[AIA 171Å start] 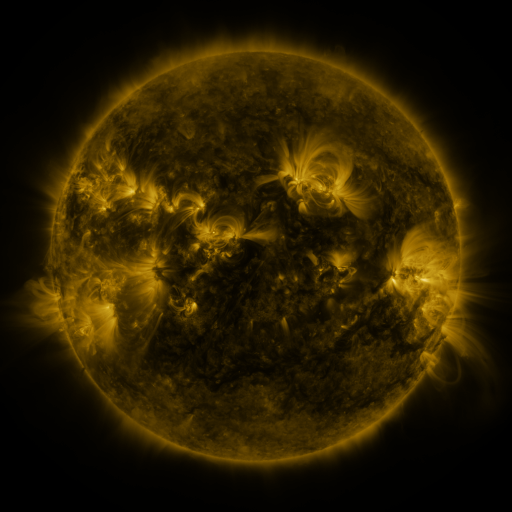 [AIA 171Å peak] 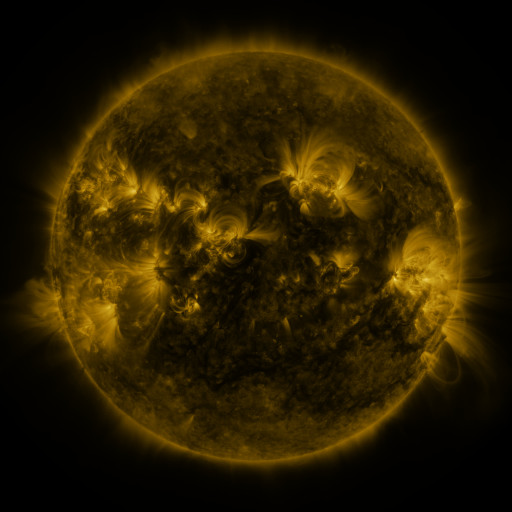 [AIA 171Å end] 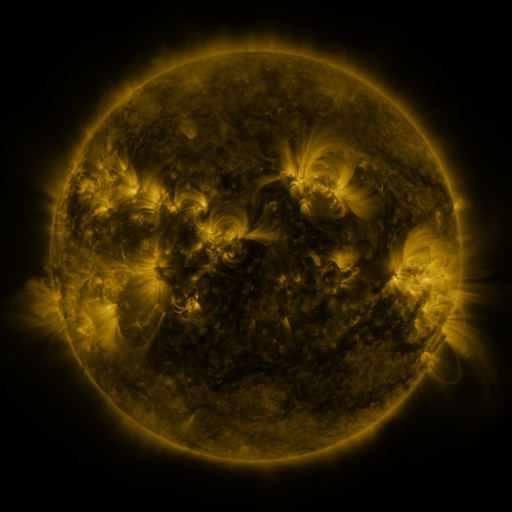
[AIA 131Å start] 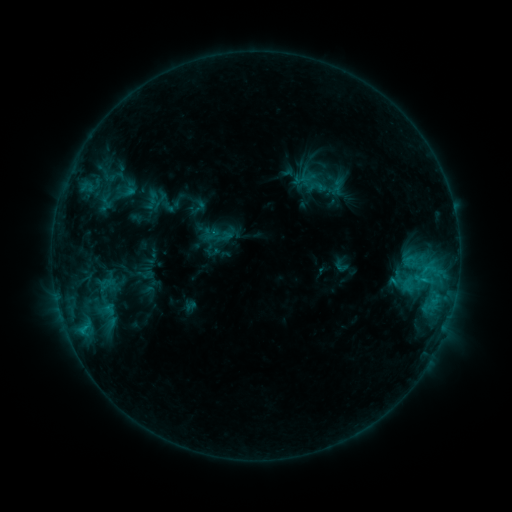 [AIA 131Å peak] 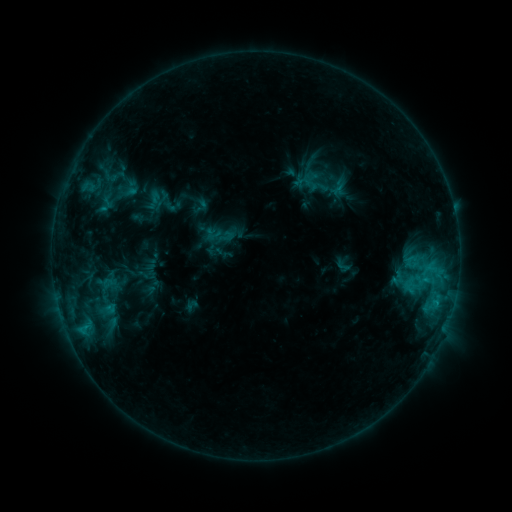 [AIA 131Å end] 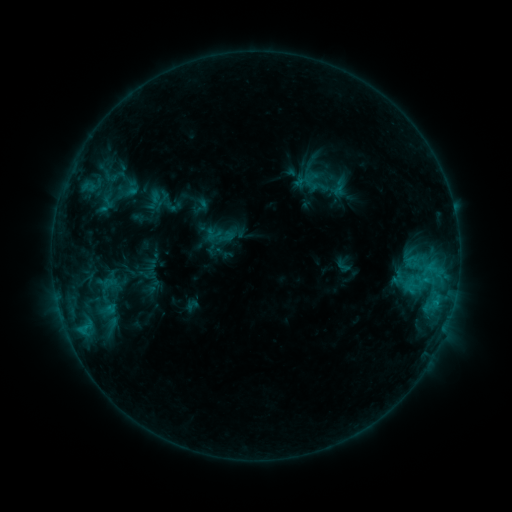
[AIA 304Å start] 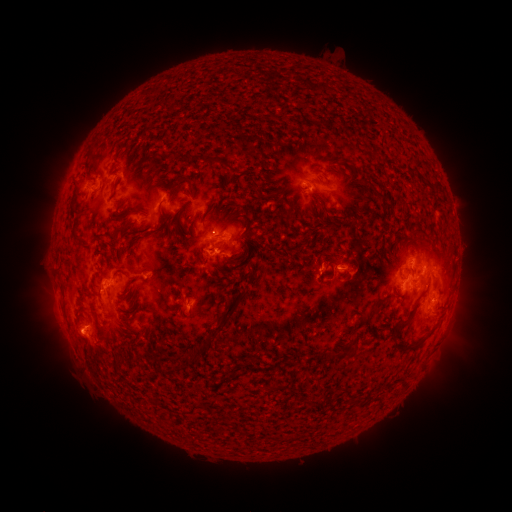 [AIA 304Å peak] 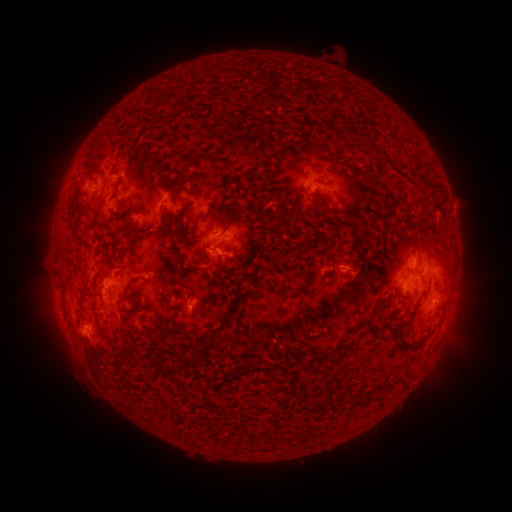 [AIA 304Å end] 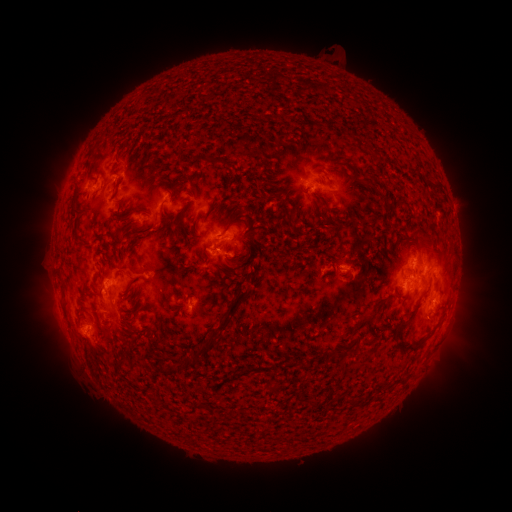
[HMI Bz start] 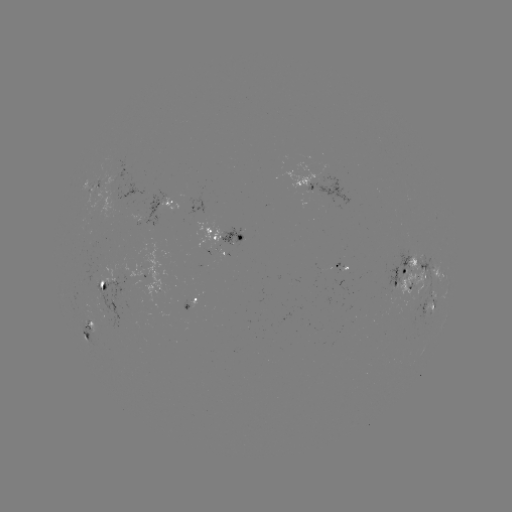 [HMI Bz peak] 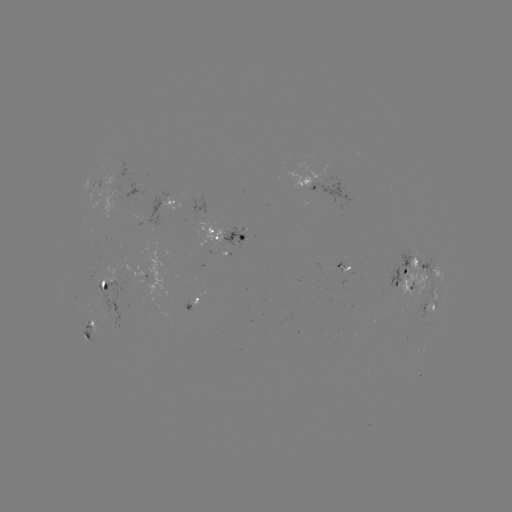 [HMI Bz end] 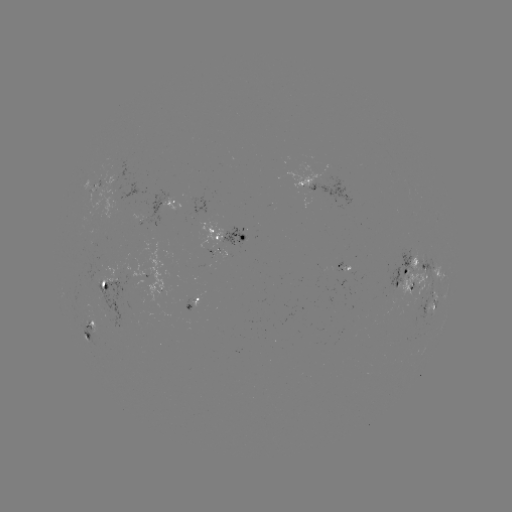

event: emerging-flux region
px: (112, 191)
